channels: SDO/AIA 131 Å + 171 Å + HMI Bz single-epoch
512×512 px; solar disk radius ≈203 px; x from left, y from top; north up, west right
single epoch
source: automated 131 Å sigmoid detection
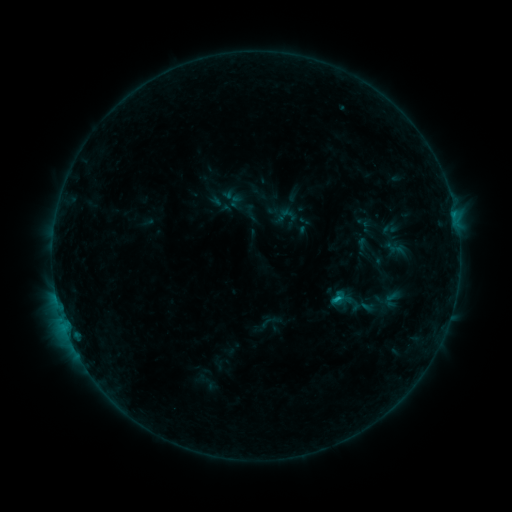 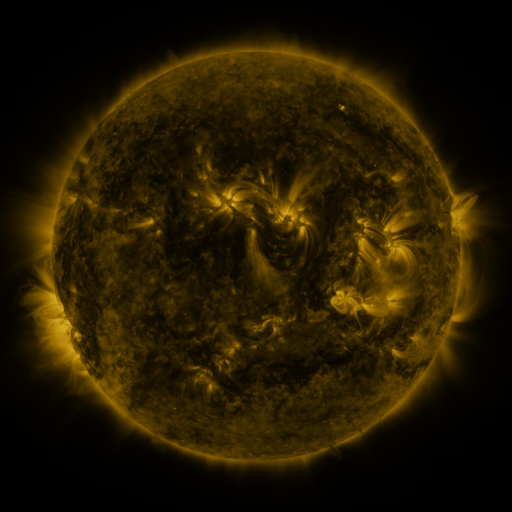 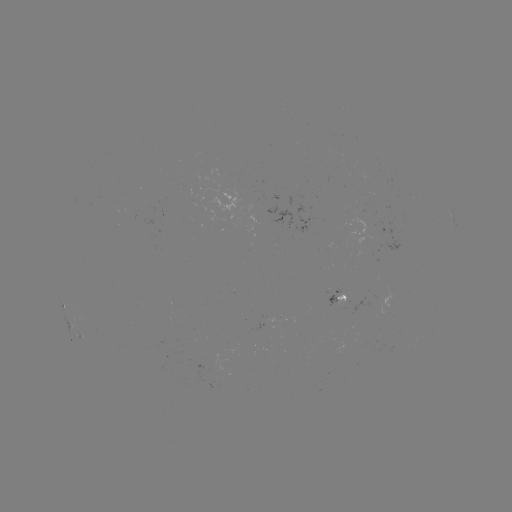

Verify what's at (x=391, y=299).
sigmoid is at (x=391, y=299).